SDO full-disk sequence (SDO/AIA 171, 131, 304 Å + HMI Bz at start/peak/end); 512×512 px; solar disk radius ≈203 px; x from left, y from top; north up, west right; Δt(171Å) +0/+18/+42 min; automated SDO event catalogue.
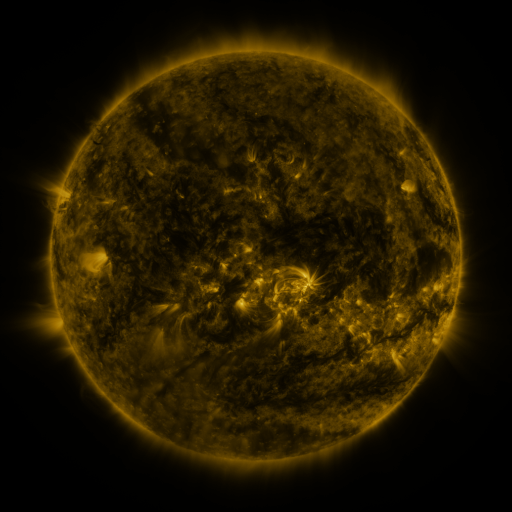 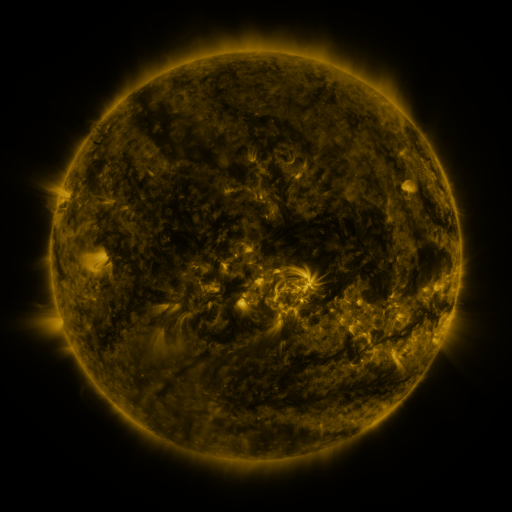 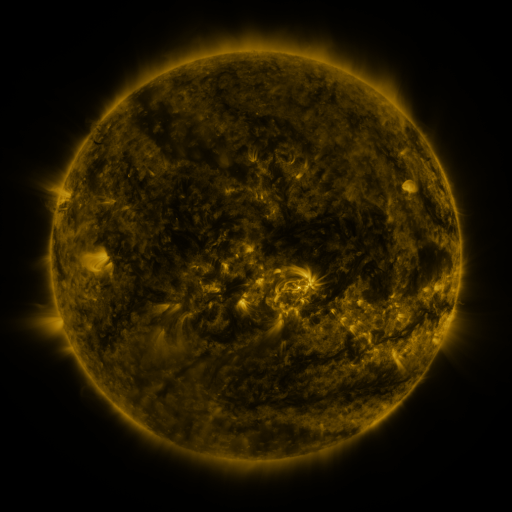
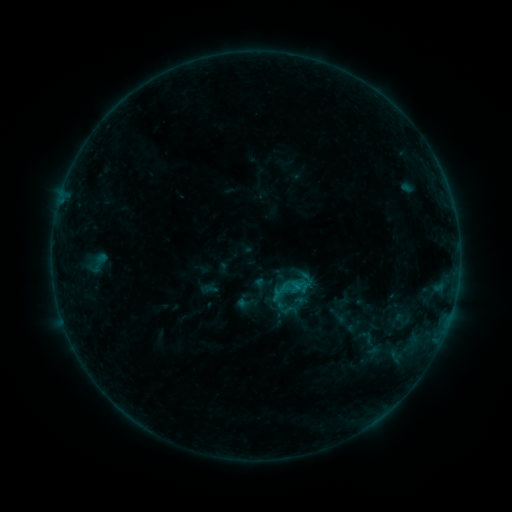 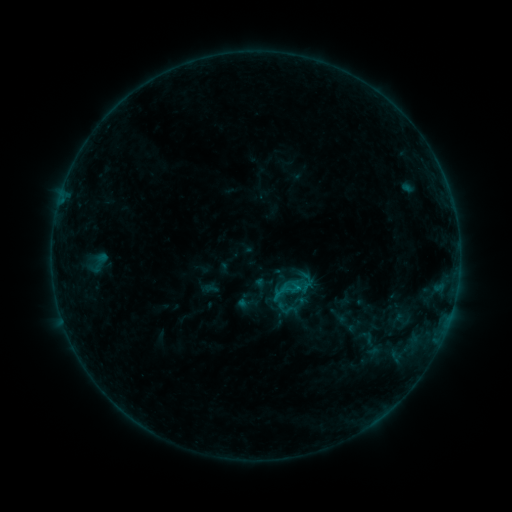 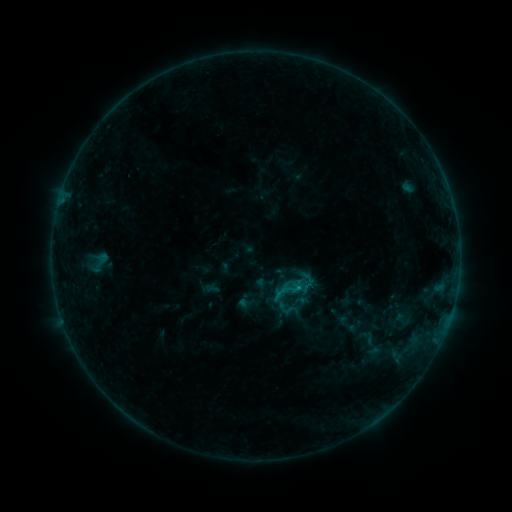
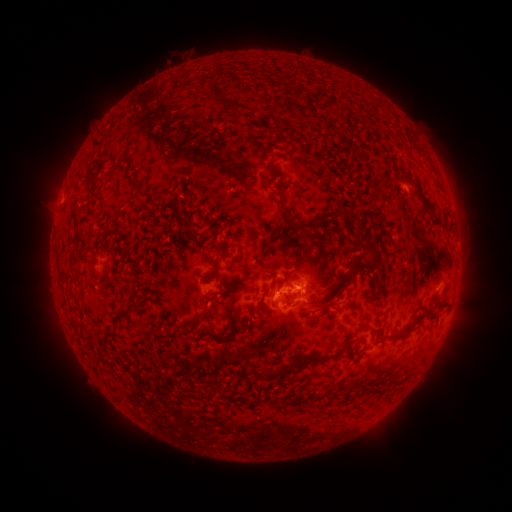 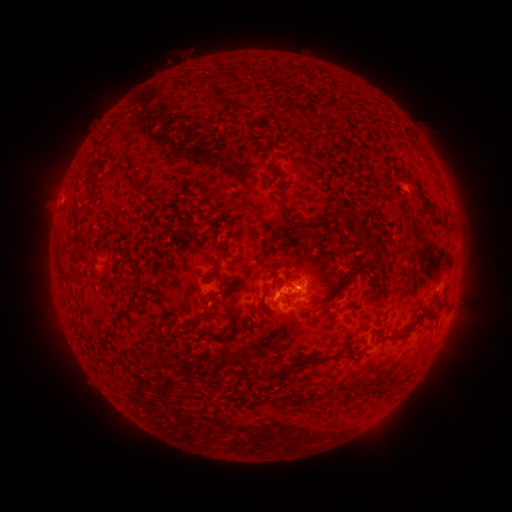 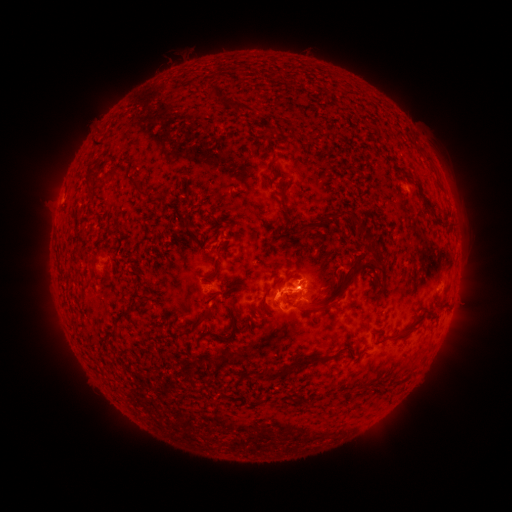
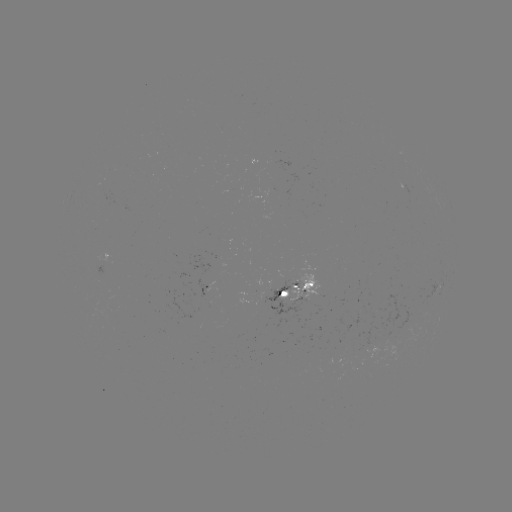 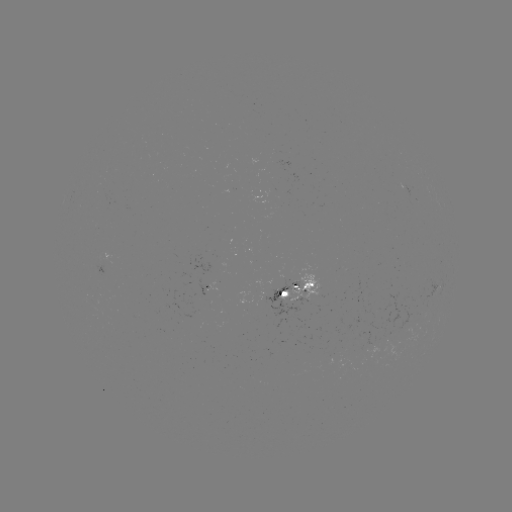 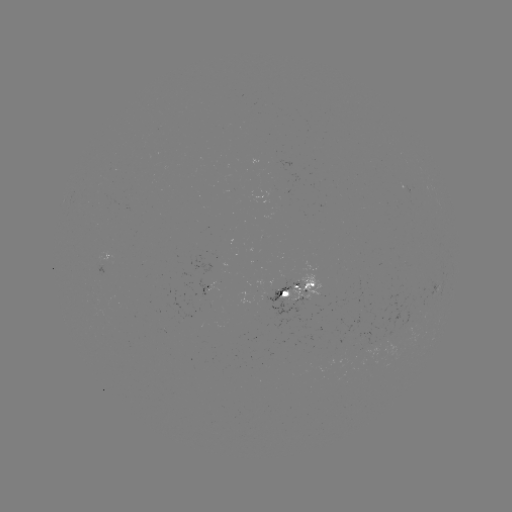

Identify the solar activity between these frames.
nothing was catalogued: no classed flare, no EUV trigger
